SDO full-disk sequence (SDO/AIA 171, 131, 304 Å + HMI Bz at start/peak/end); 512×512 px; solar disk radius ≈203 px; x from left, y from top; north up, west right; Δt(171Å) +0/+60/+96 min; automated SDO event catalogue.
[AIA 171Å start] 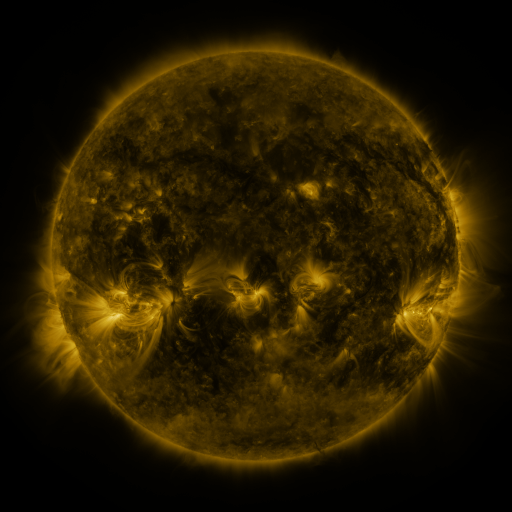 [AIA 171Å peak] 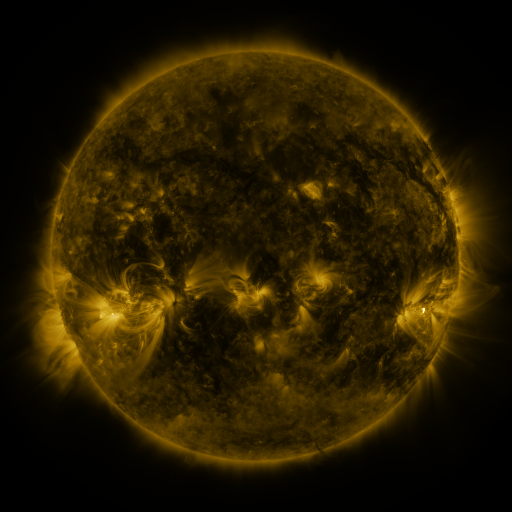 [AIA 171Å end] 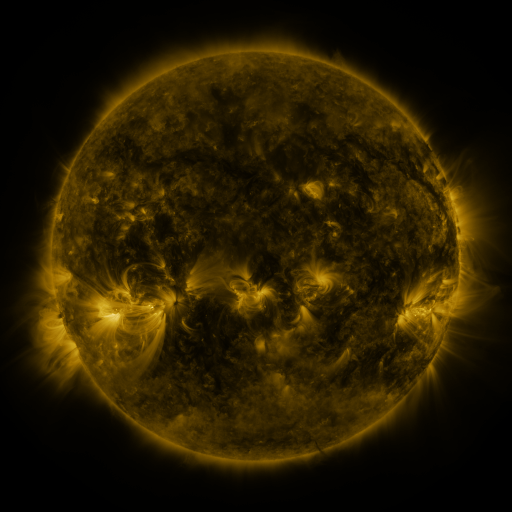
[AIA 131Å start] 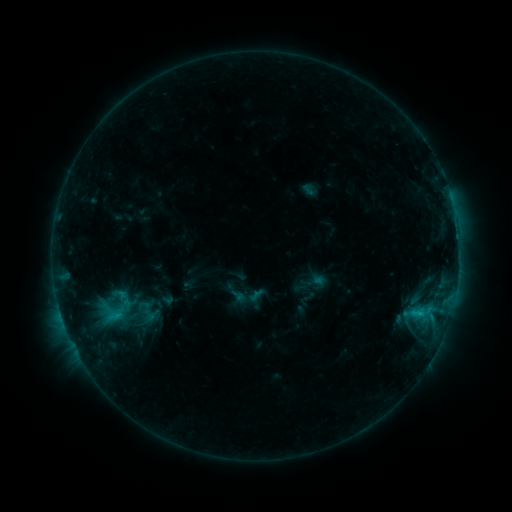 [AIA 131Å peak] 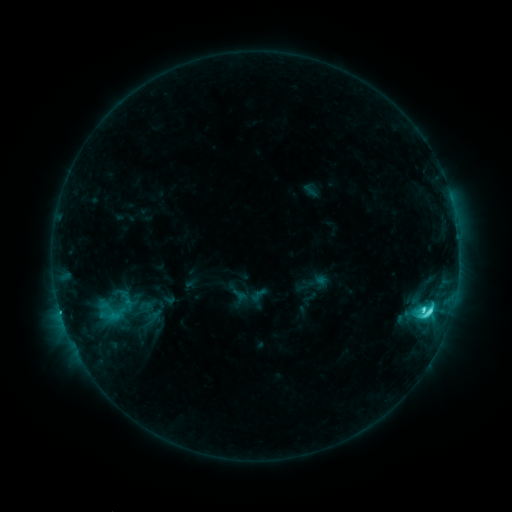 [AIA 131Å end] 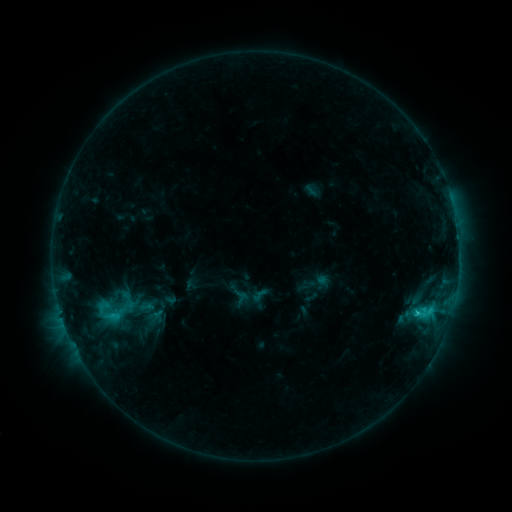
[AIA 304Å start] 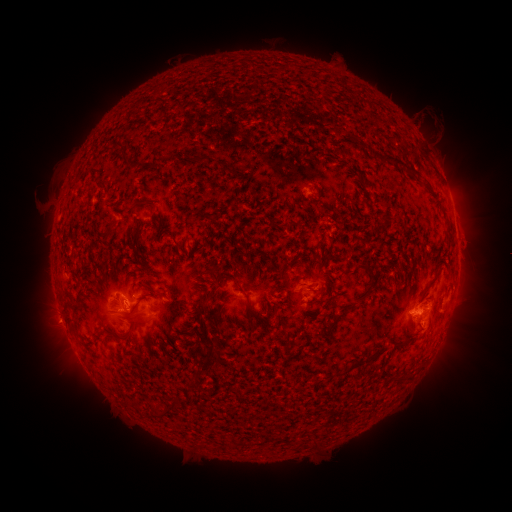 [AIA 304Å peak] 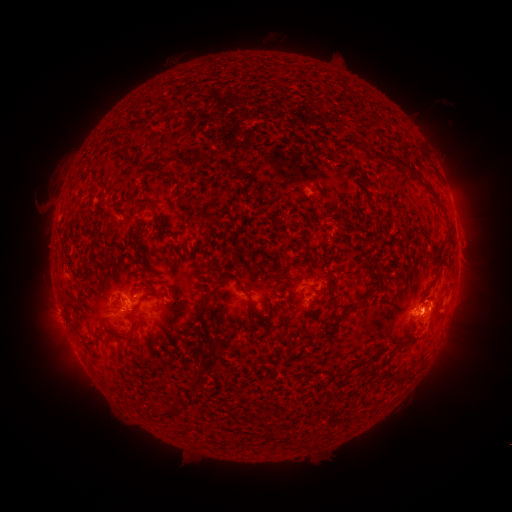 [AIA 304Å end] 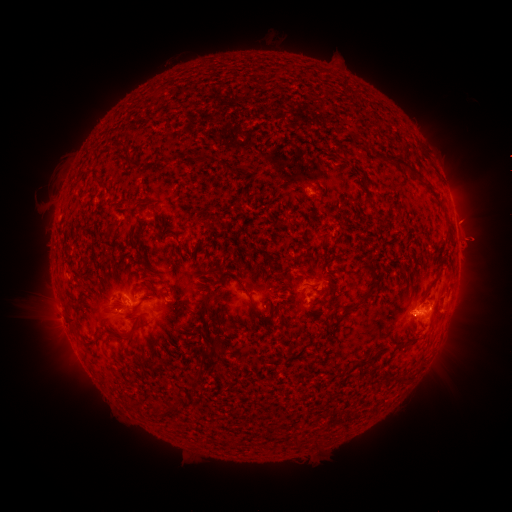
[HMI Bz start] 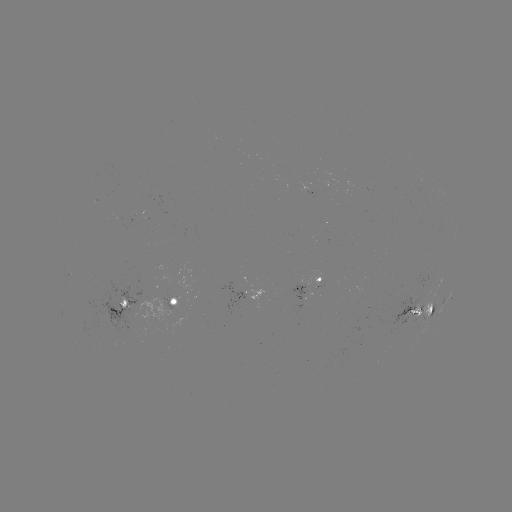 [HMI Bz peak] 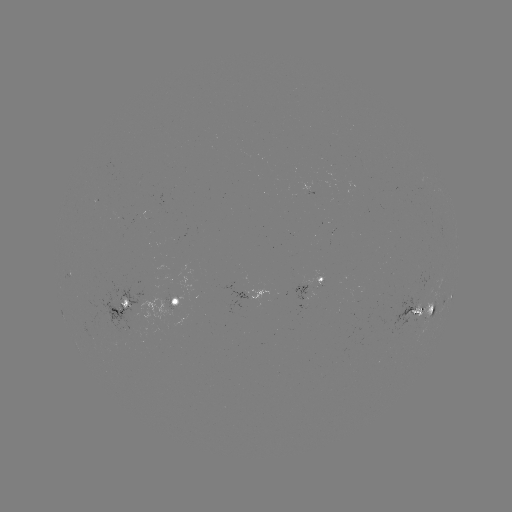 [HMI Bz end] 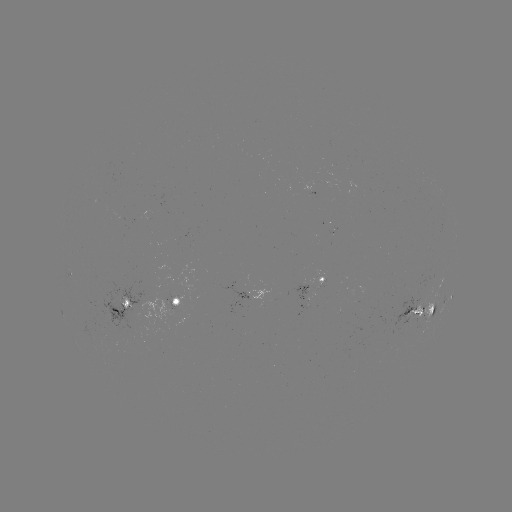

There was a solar emerging-flux region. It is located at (170, 301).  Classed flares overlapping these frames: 2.